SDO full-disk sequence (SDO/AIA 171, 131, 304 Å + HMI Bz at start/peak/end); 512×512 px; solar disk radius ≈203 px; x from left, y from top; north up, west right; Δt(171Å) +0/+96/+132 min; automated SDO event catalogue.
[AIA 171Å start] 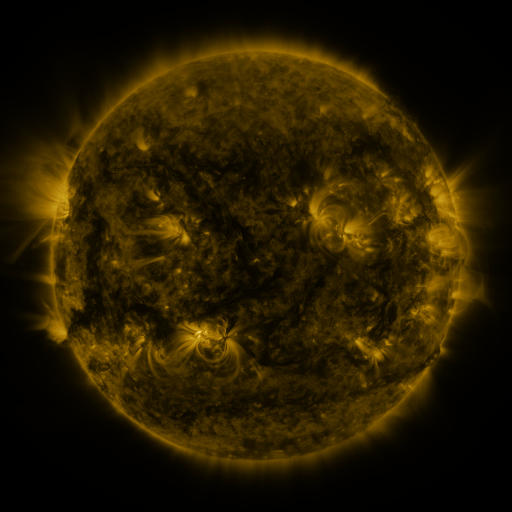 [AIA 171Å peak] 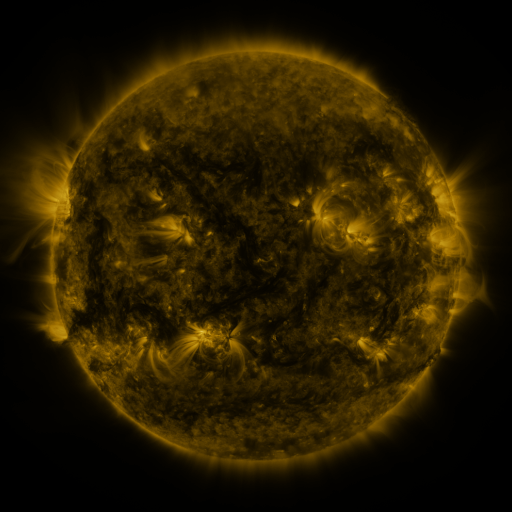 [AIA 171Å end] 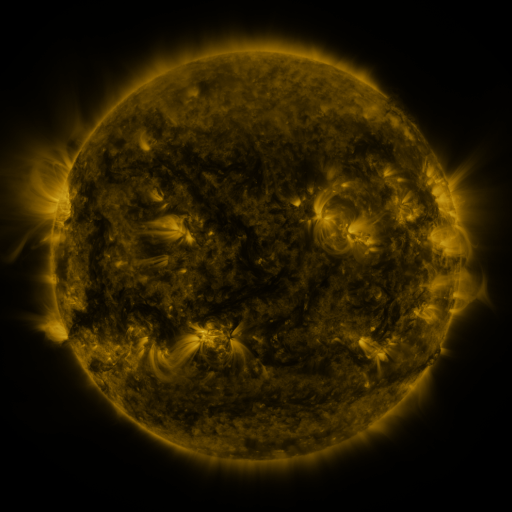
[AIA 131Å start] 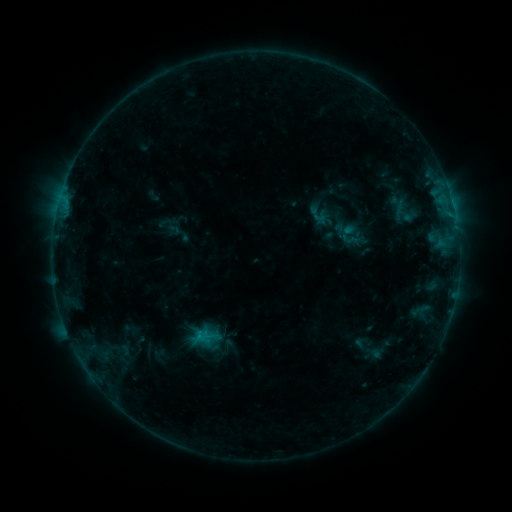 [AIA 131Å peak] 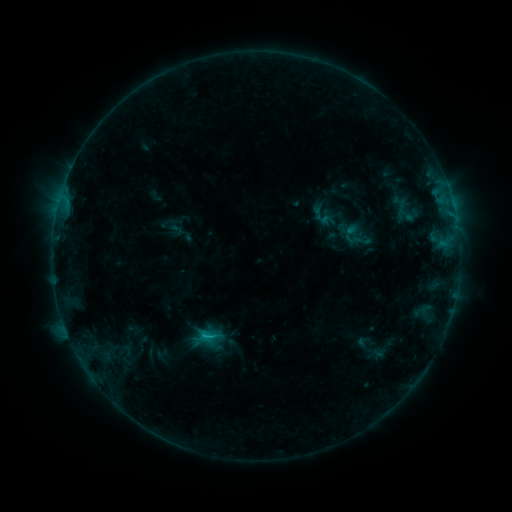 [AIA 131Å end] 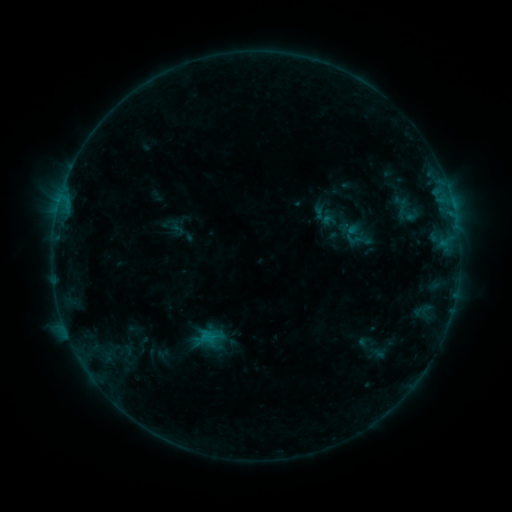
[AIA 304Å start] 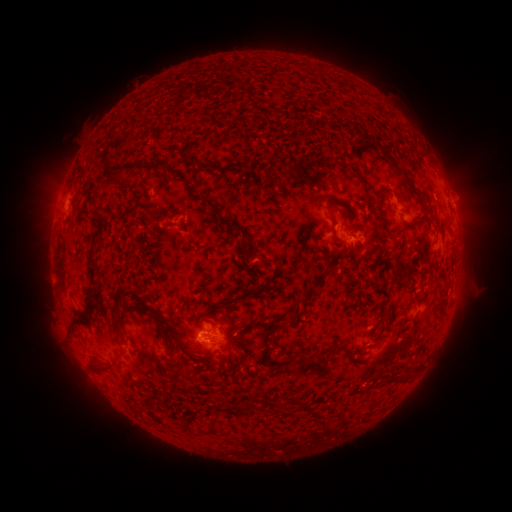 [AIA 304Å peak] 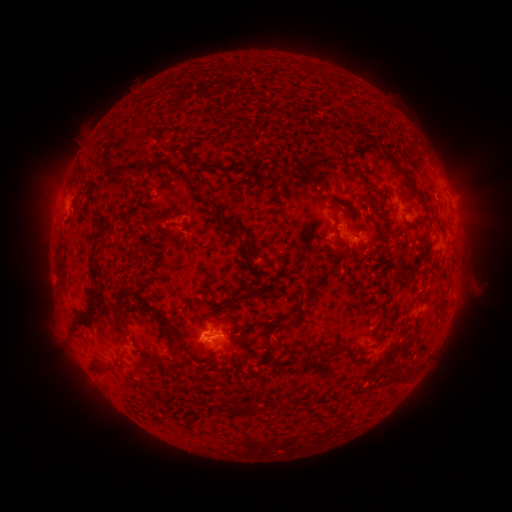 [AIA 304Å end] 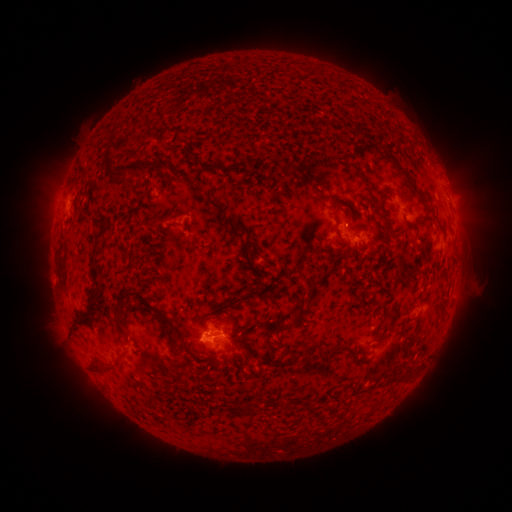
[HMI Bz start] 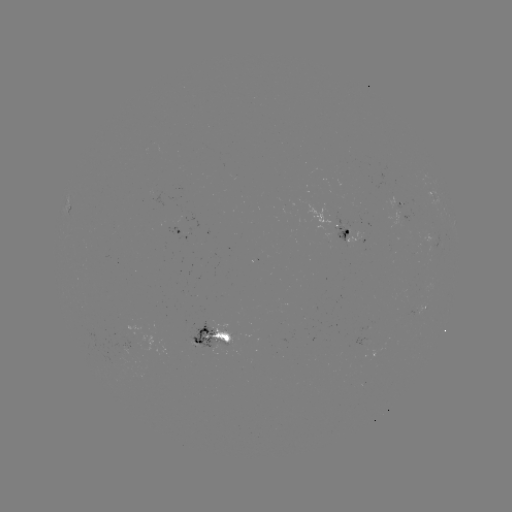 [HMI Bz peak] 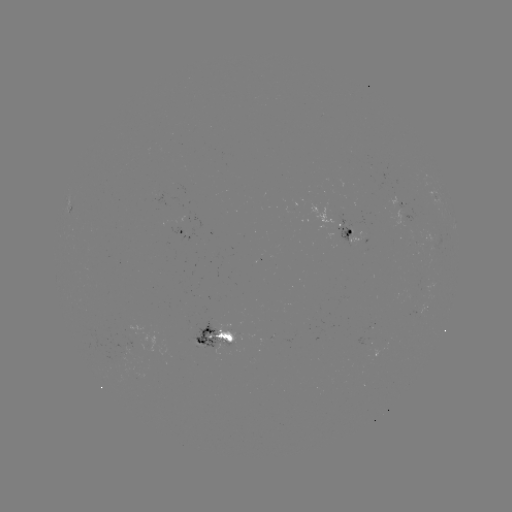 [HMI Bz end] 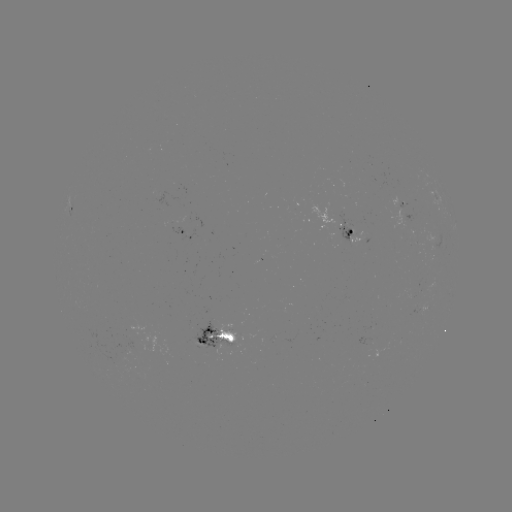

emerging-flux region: <bbox>188, 320, 239, 348</bbox>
